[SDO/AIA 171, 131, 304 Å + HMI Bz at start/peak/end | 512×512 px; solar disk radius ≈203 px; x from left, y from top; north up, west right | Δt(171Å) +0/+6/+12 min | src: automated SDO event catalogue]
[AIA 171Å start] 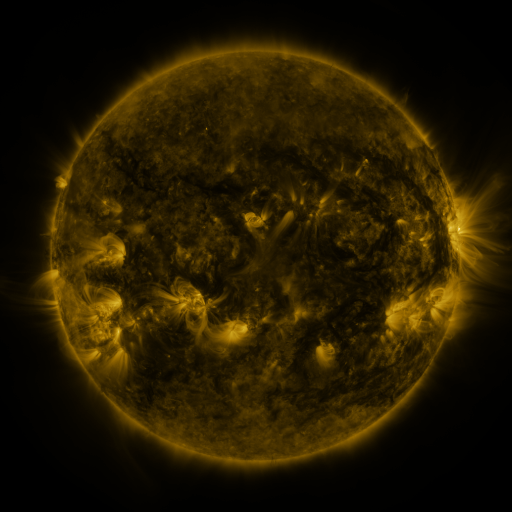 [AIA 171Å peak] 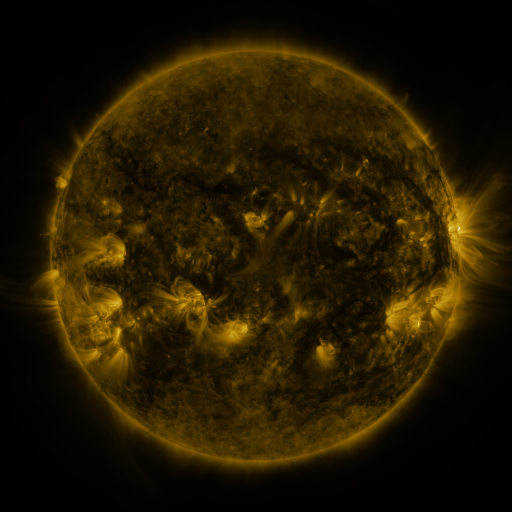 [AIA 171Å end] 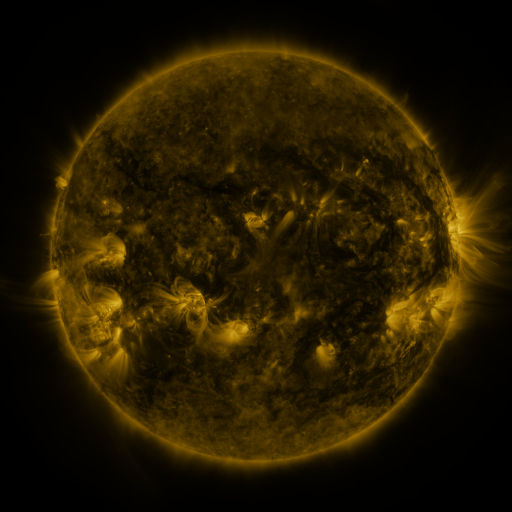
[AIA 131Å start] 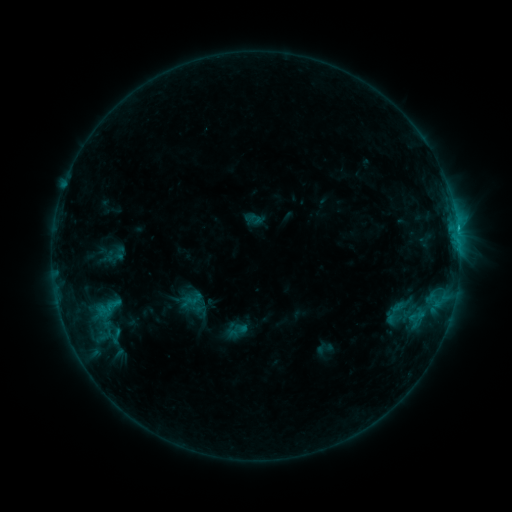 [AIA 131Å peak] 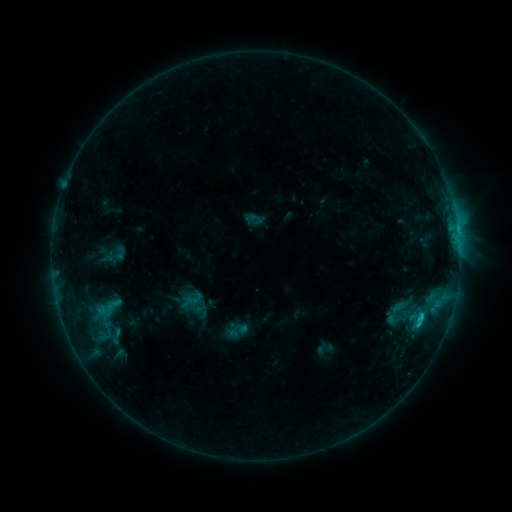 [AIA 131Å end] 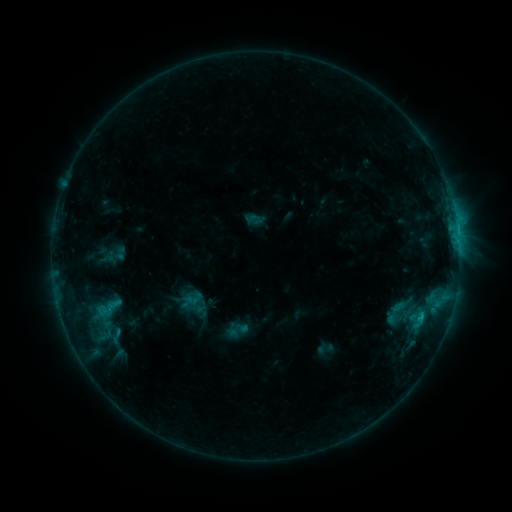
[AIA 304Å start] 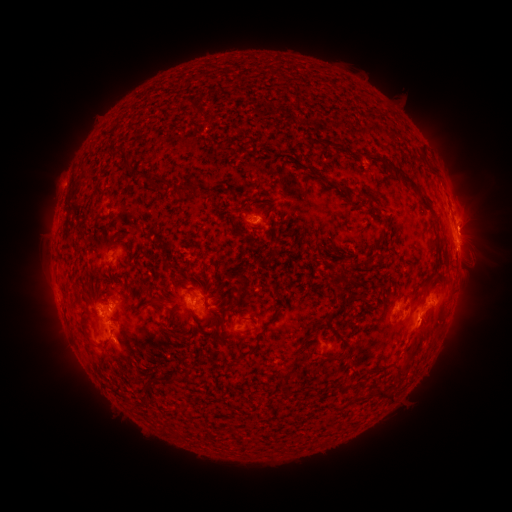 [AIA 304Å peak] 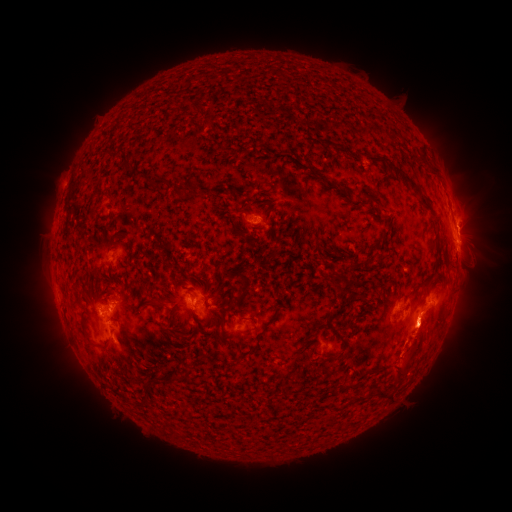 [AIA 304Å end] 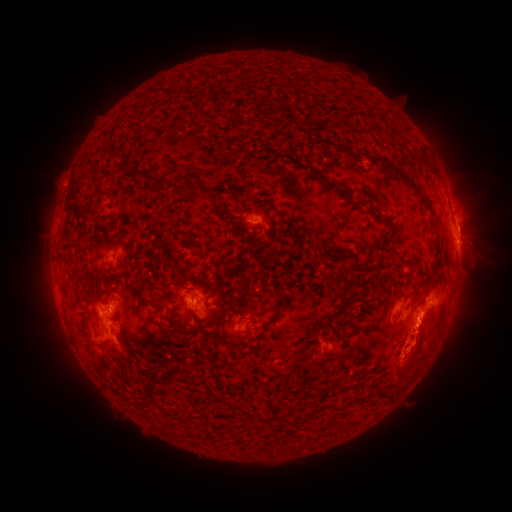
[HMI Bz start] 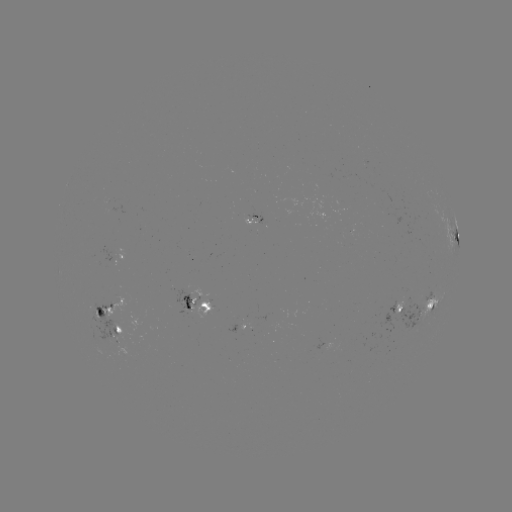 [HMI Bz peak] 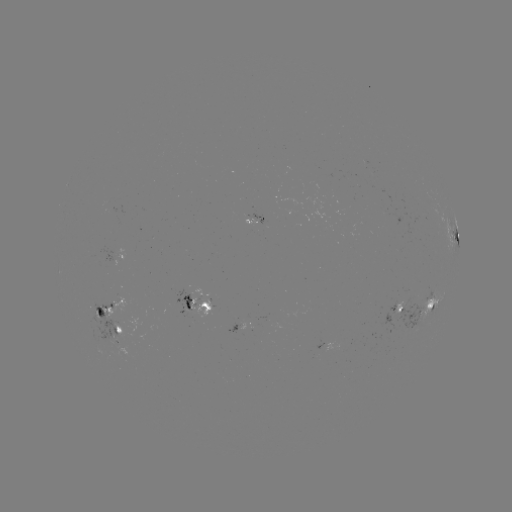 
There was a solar eruption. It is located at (470, 332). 